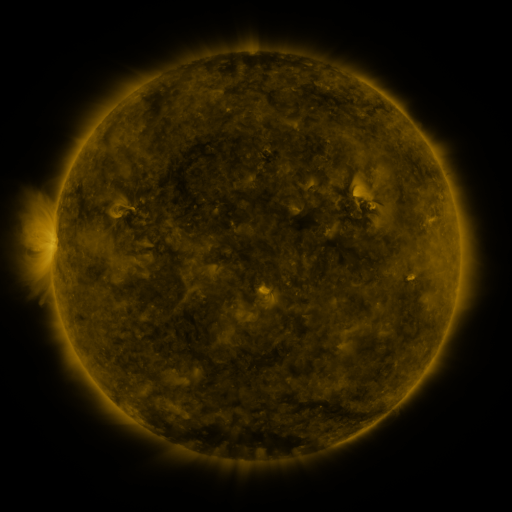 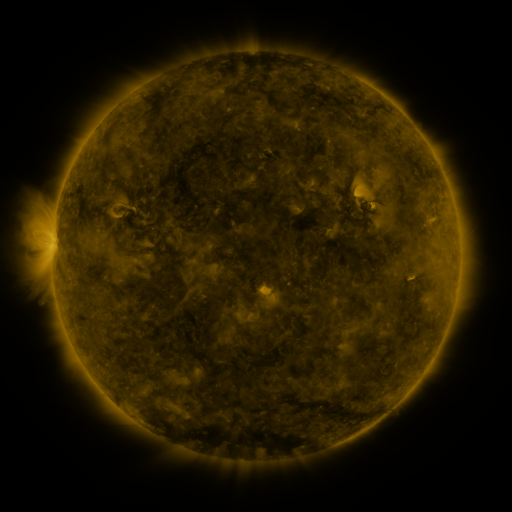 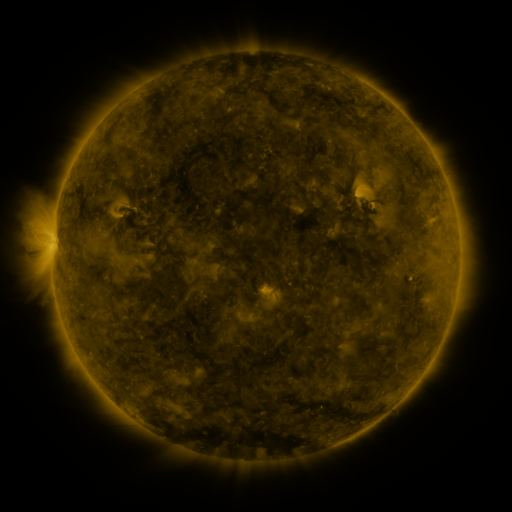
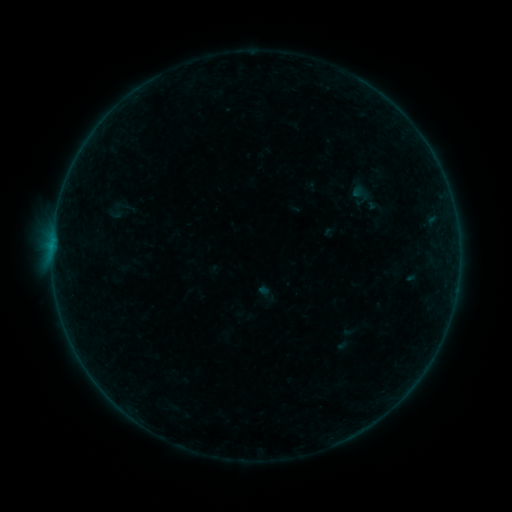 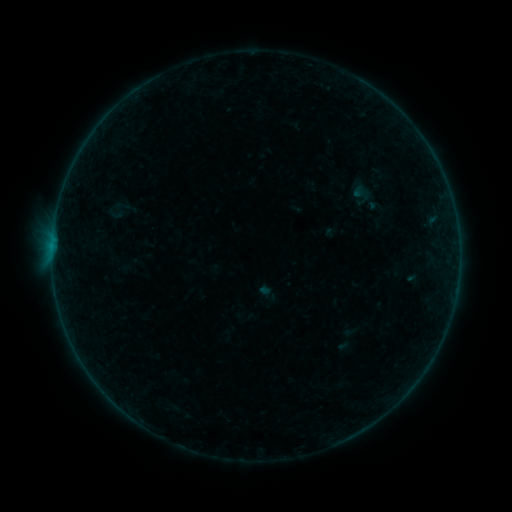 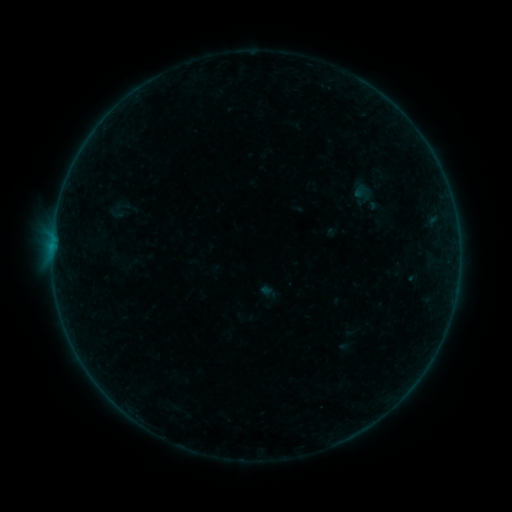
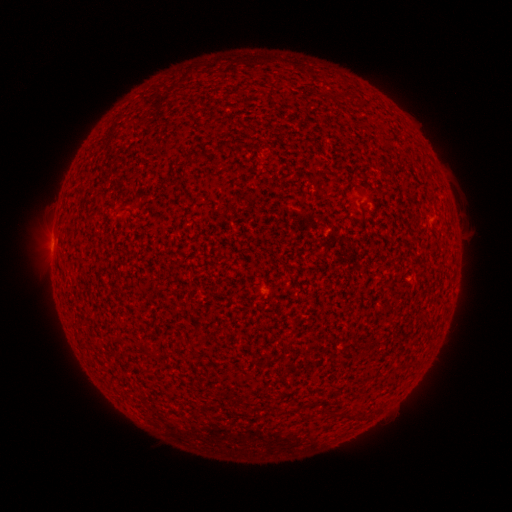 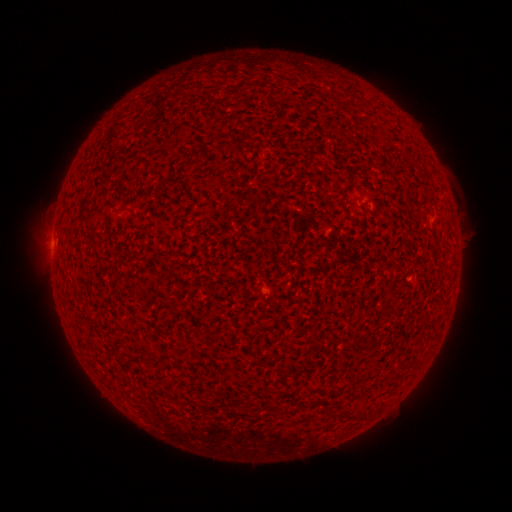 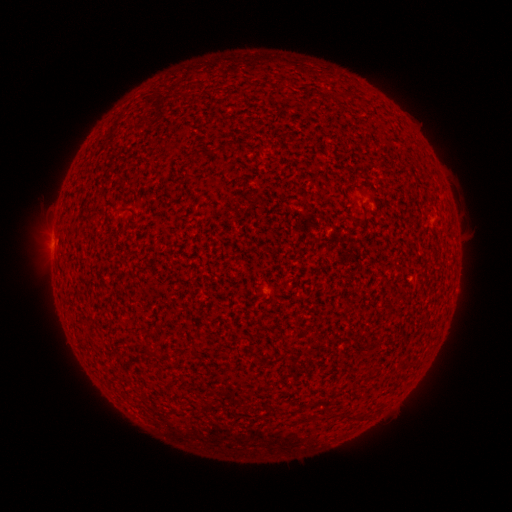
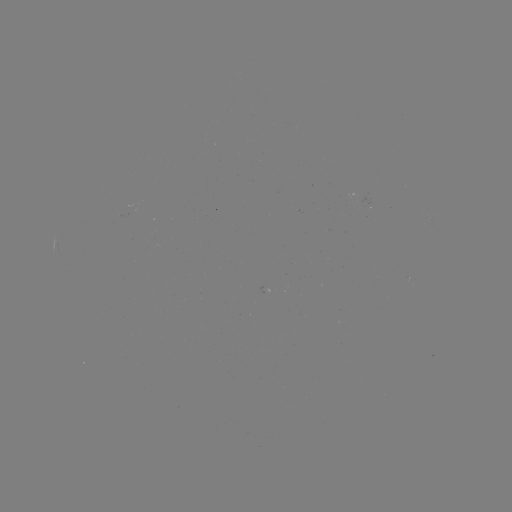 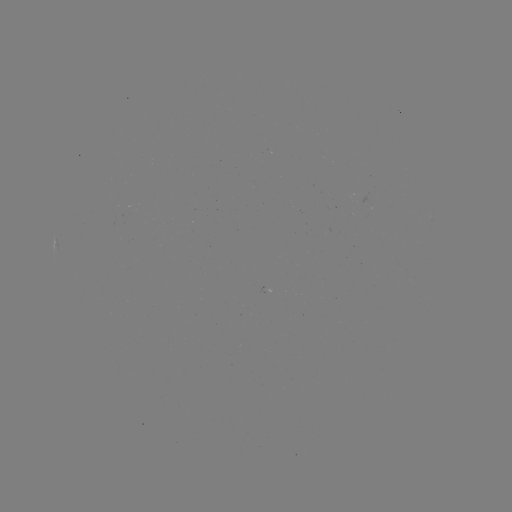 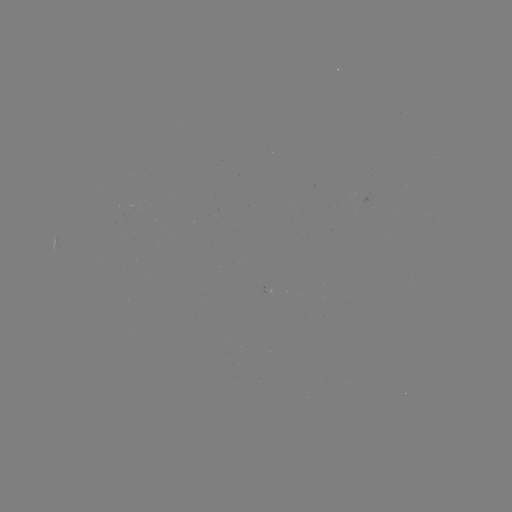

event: flare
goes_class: B1.0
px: (52, 252)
